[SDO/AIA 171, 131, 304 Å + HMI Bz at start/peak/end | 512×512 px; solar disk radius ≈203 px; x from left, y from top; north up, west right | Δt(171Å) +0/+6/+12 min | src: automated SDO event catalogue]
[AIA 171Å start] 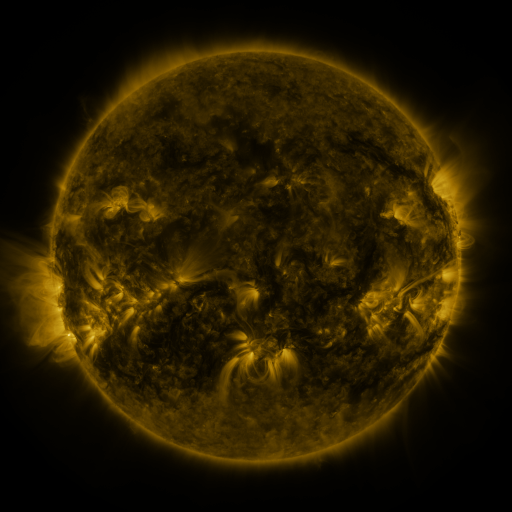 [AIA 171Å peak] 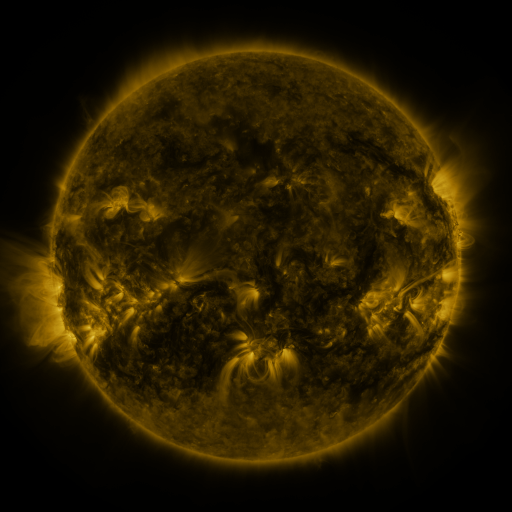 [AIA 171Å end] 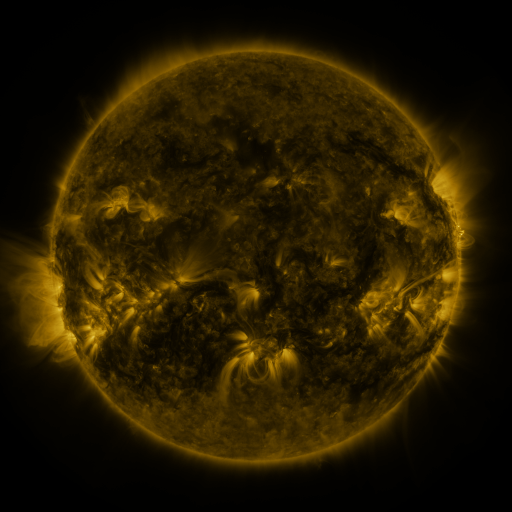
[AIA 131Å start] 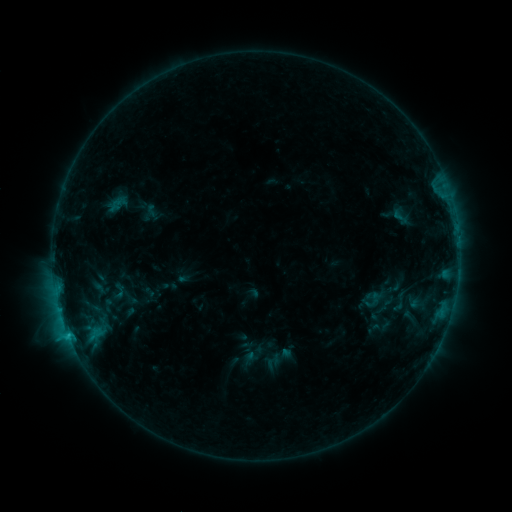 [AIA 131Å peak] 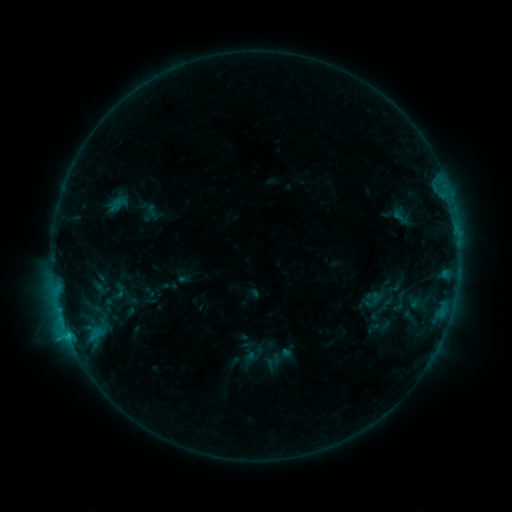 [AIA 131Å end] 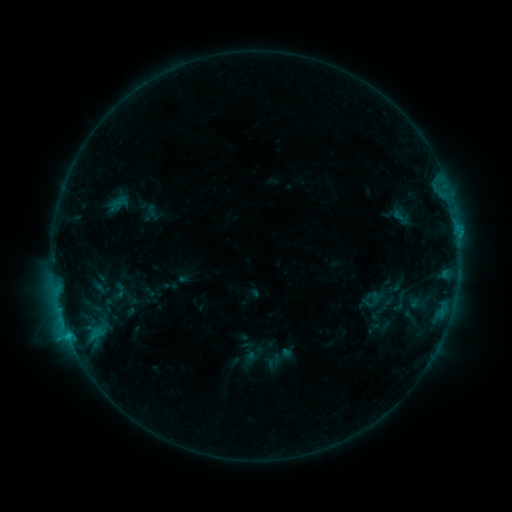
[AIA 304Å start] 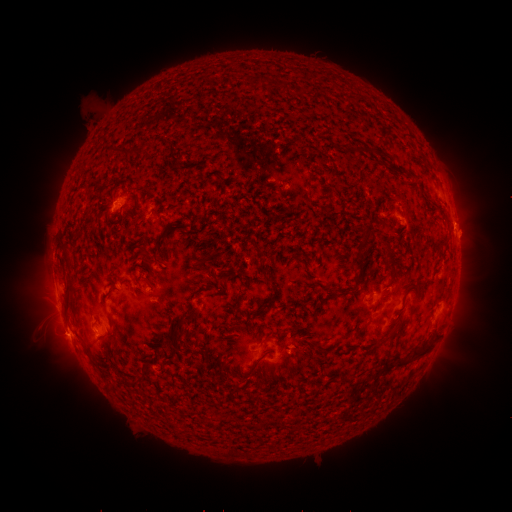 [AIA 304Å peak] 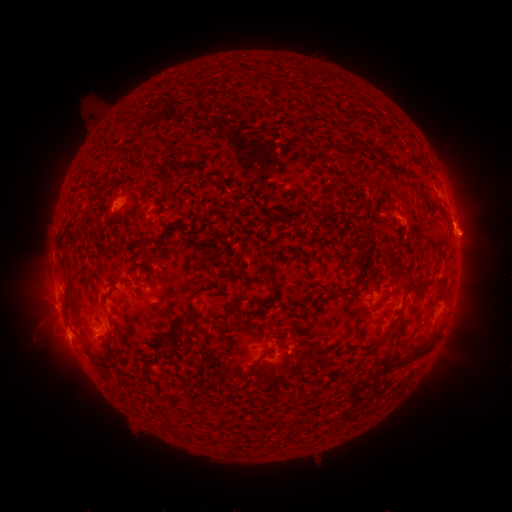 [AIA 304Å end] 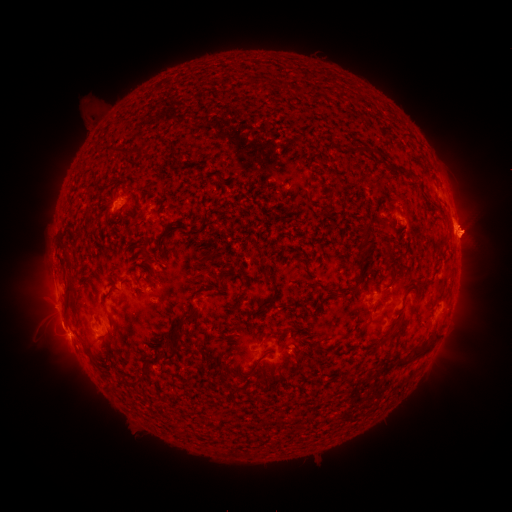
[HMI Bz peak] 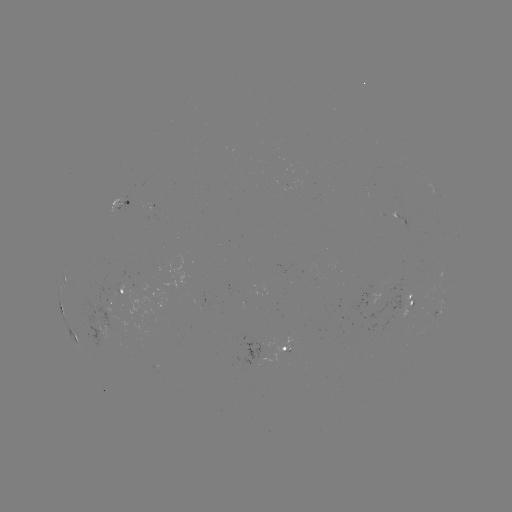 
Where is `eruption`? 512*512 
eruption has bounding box [33, 305, 84, 351].